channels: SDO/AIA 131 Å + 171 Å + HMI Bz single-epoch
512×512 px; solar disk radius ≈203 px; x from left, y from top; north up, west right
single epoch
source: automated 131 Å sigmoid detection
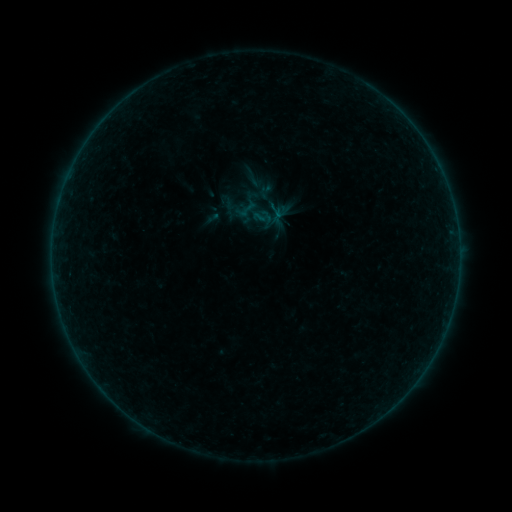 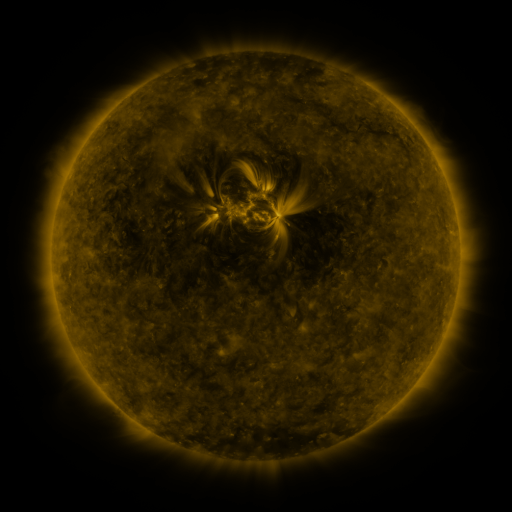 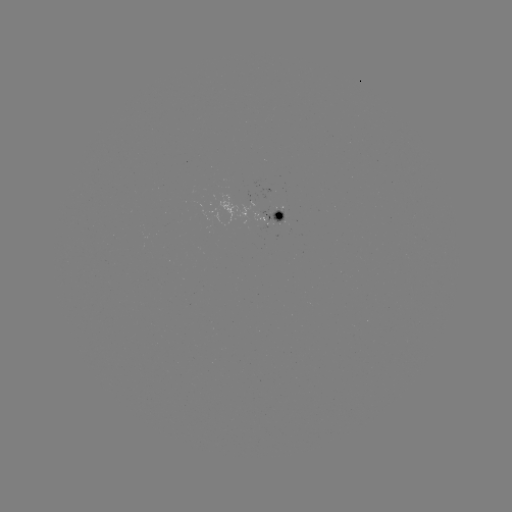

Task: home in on sigmoid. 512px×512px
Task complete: (254, 178).